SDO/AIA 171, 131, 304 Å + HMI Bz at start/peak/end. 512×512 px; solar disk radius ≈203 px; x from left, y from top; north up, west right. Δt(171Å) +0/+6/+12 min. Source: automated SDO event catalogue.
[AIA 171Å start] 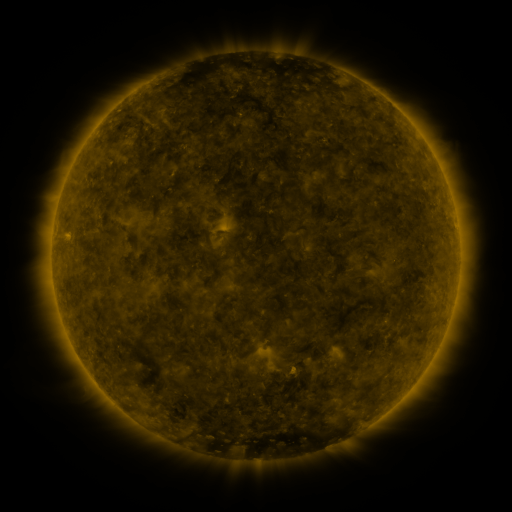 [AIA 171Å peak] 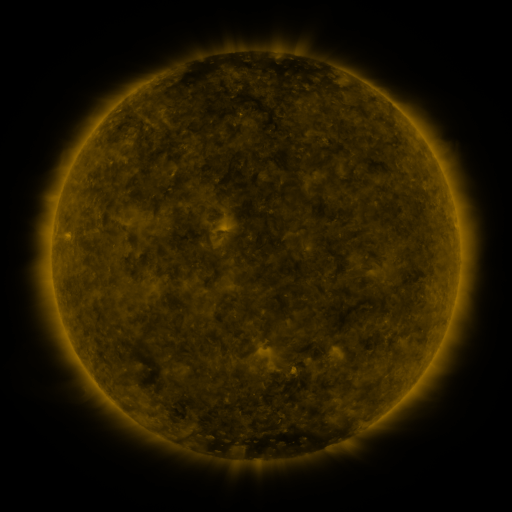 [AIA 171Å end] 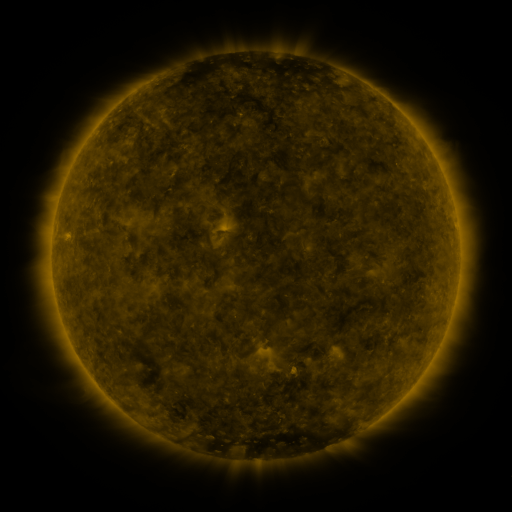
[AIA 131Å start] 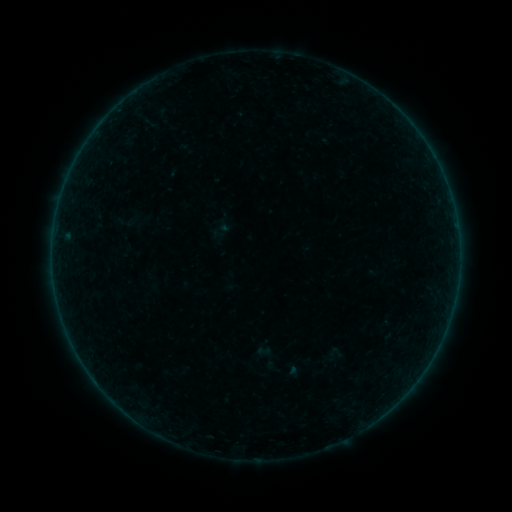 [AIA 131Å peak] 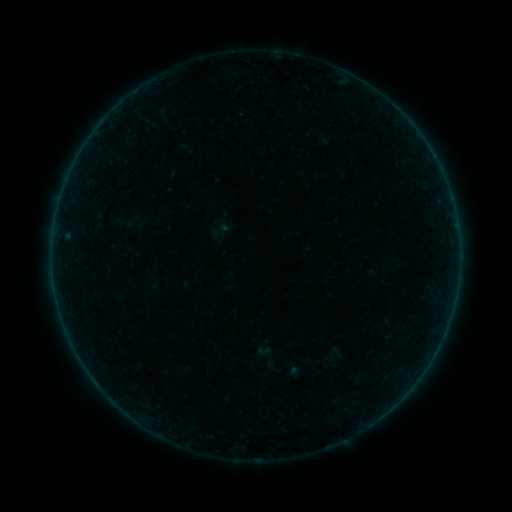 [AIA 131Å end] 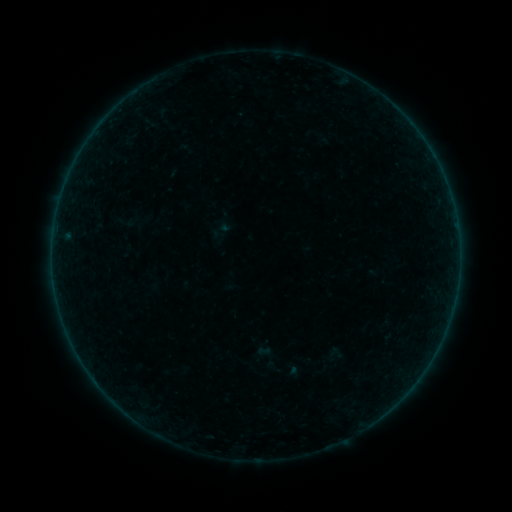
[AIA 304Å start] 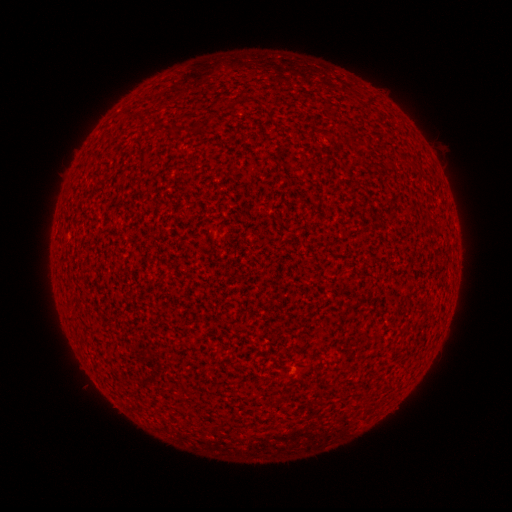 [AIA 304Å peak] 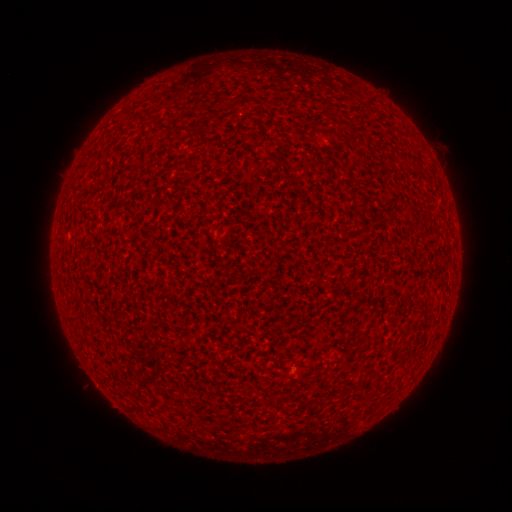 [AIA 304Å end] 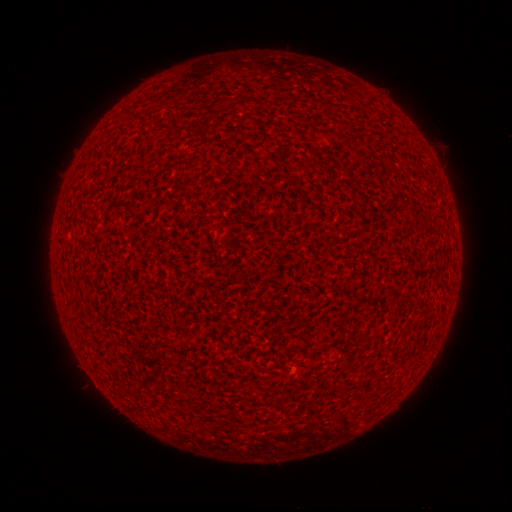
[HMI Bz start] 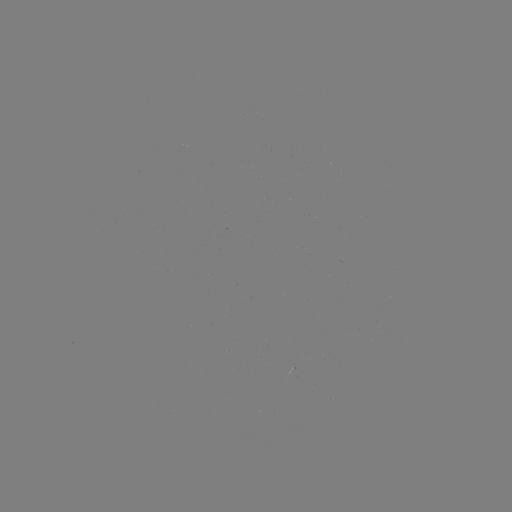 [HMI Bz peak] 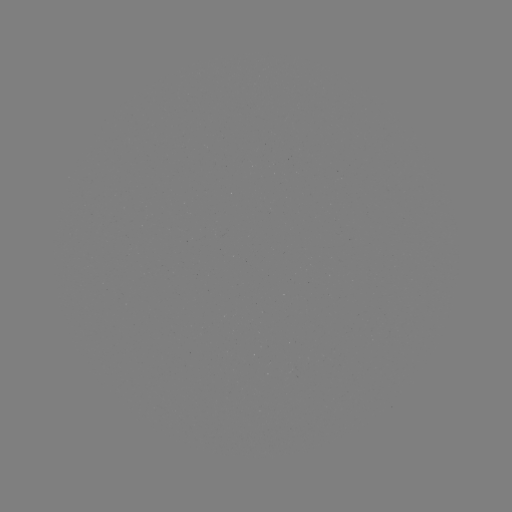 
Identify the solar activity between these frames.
A8.4 flare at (455, 294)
